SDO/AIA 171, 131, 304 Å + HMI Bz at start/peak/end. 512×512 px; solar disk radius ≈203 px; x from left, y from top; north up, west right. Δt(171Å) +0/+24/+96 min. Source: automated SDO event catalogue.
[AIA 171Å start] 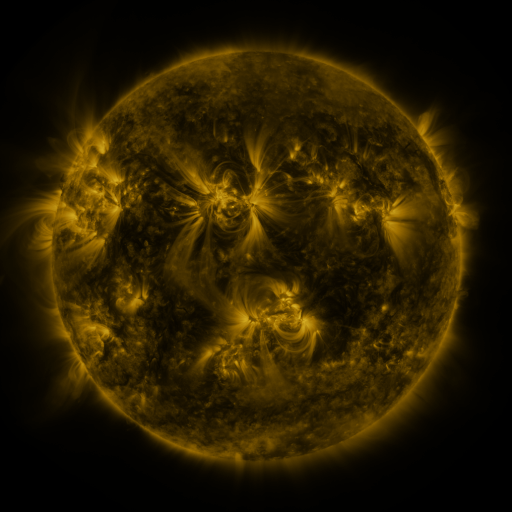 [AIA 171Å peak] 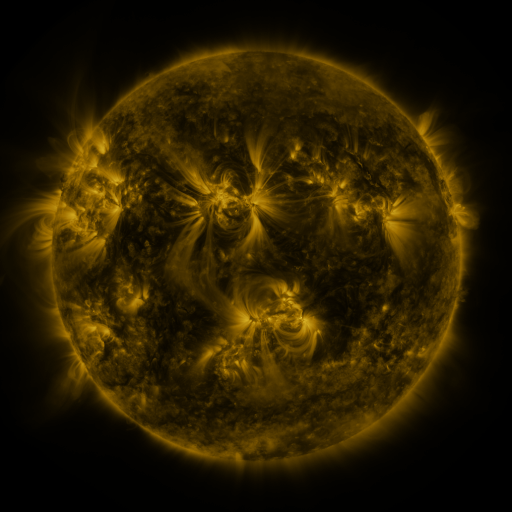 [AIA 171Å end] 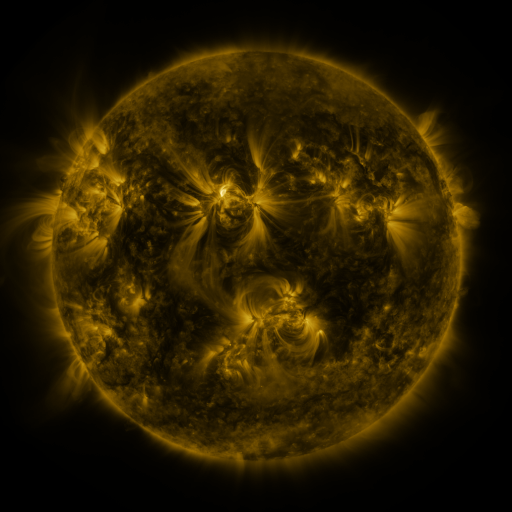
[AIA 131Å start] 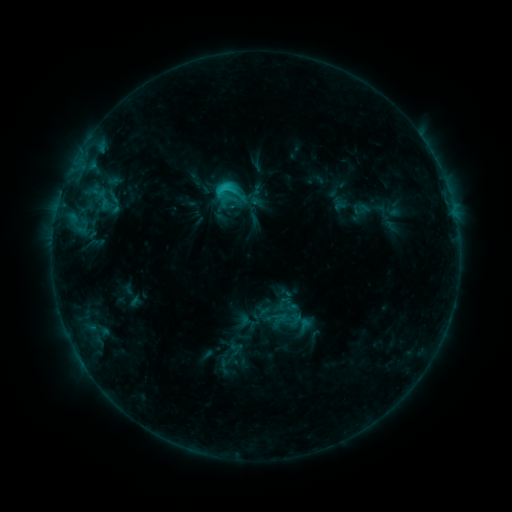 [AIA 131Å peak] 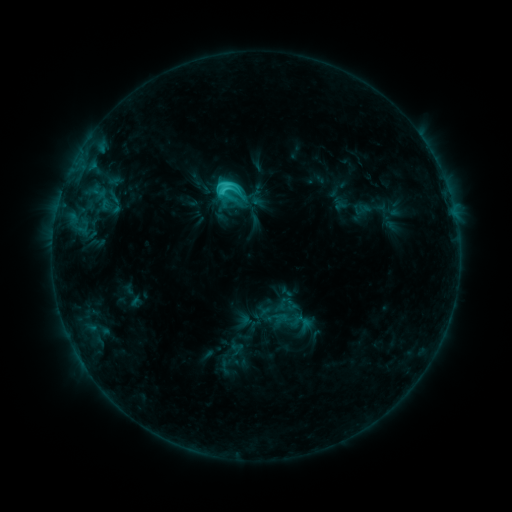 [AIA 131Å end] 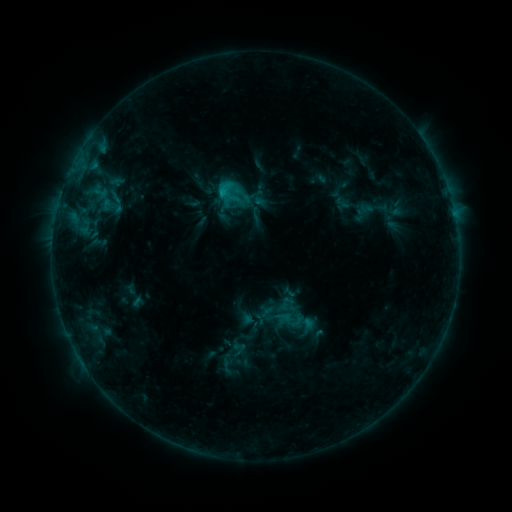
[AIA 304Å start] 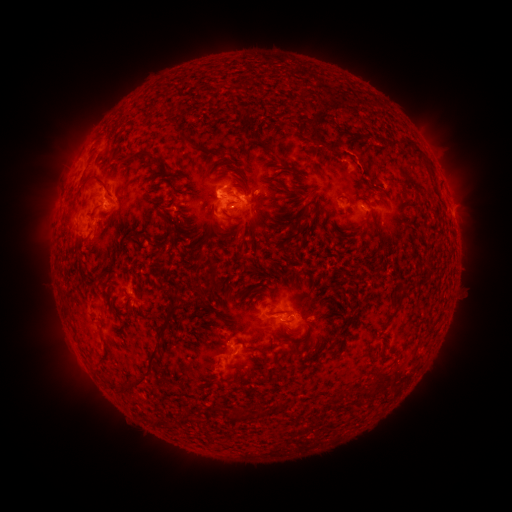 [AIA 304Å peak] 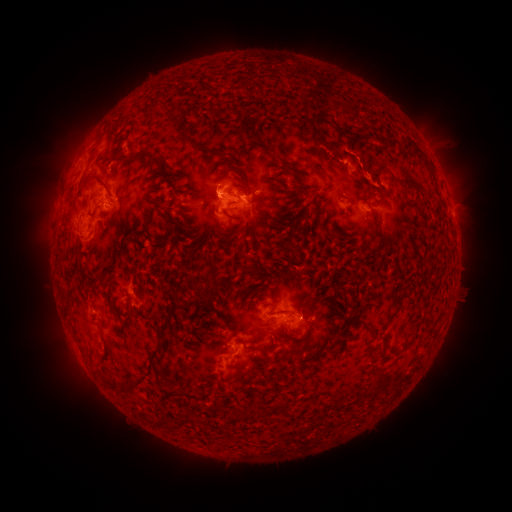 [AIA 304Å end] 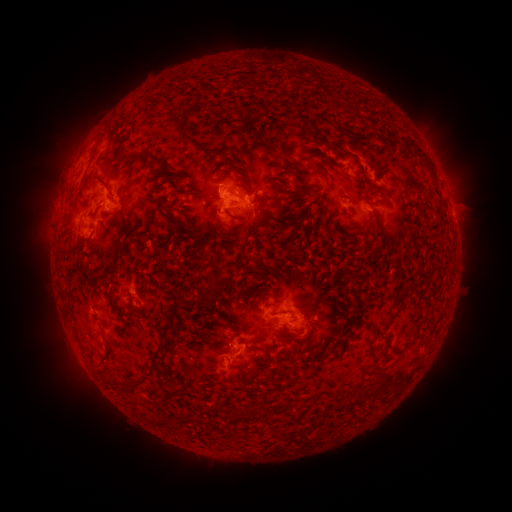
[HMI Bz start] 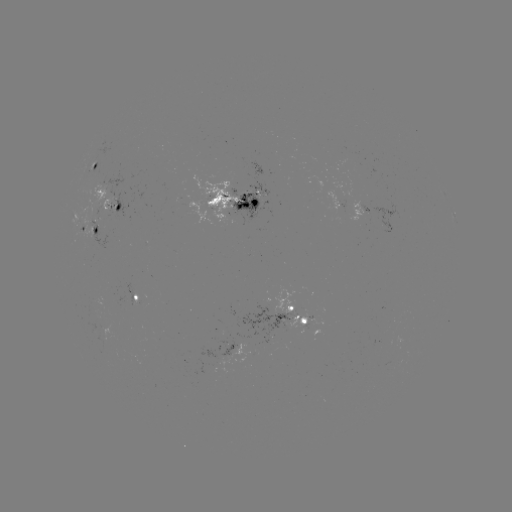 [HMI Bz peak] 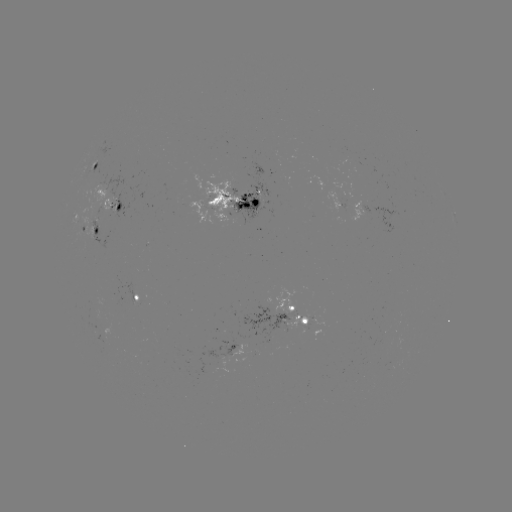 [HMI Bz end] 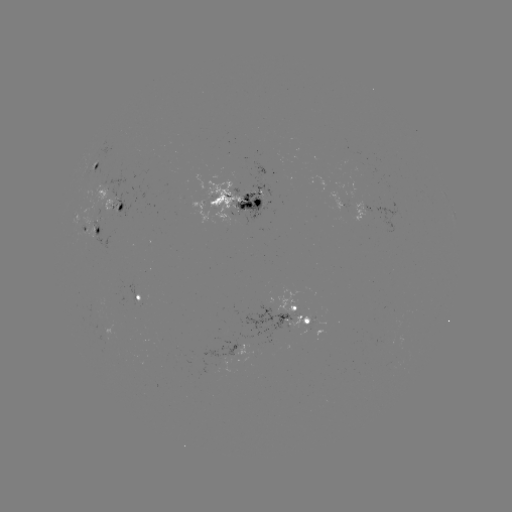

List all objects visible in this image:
C3.2 flare: (222, 195)
